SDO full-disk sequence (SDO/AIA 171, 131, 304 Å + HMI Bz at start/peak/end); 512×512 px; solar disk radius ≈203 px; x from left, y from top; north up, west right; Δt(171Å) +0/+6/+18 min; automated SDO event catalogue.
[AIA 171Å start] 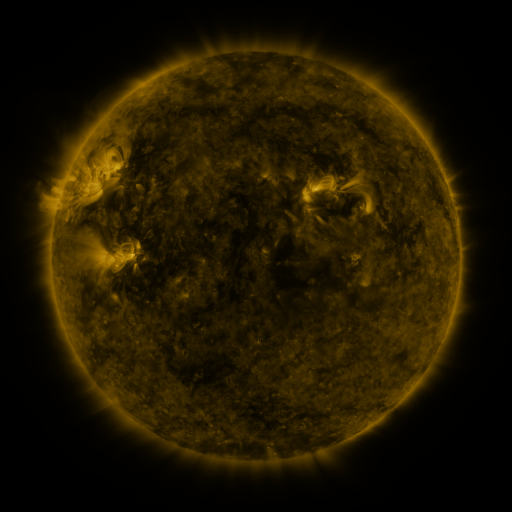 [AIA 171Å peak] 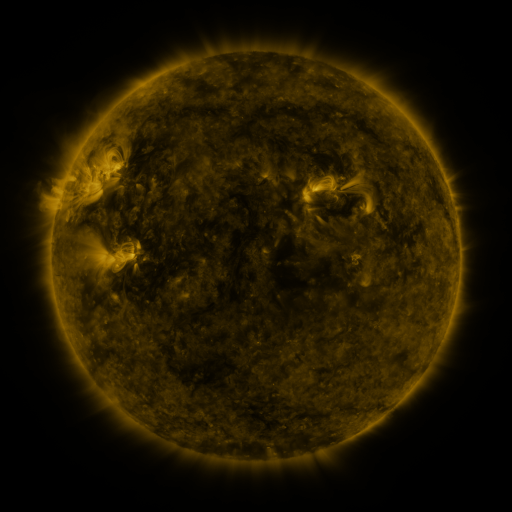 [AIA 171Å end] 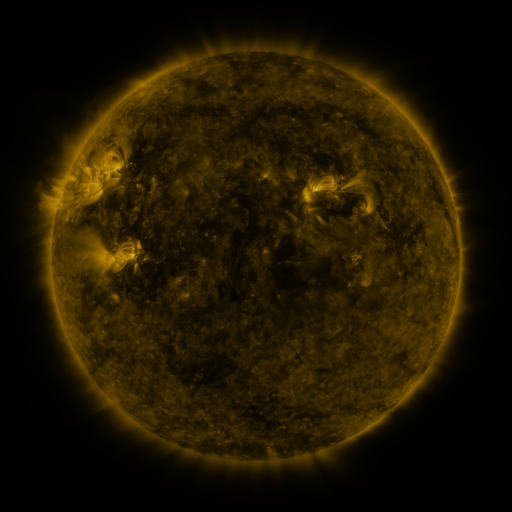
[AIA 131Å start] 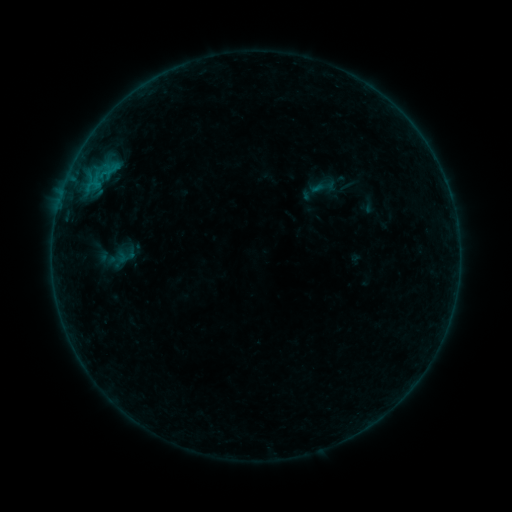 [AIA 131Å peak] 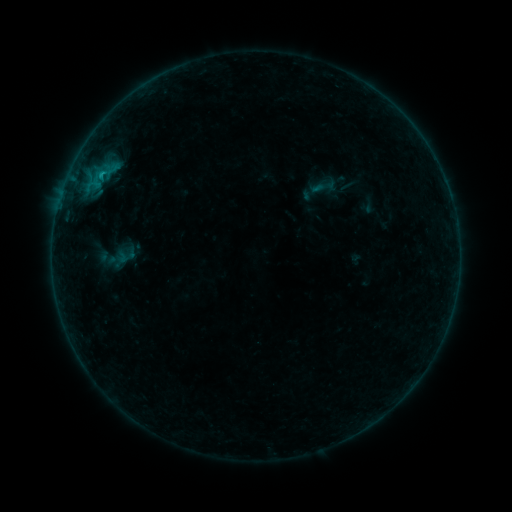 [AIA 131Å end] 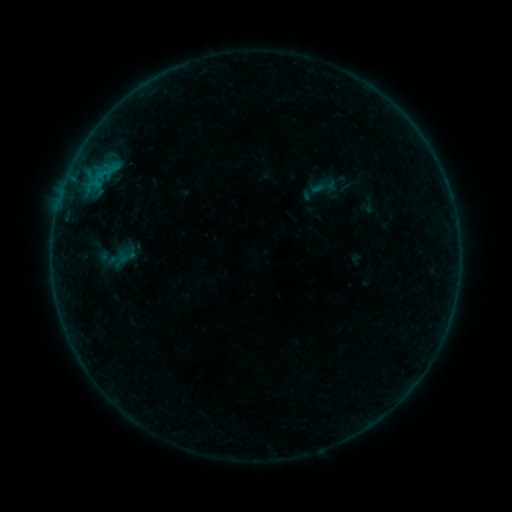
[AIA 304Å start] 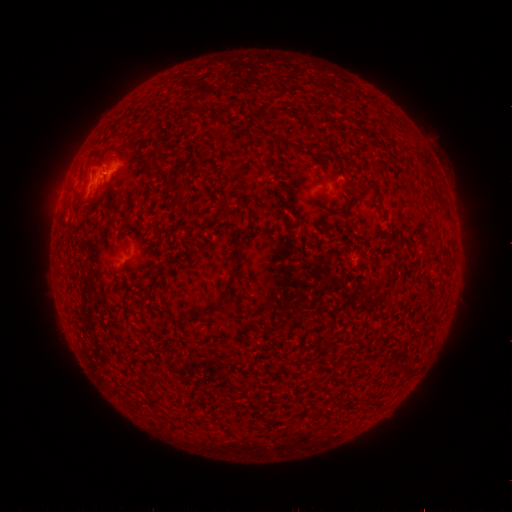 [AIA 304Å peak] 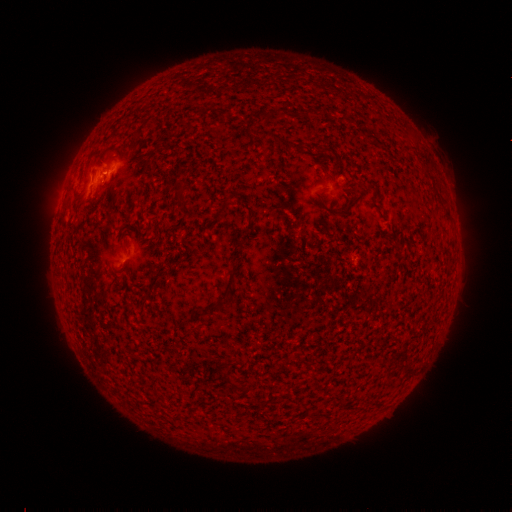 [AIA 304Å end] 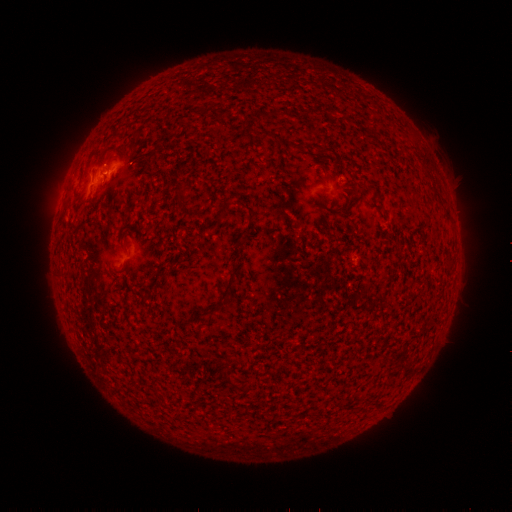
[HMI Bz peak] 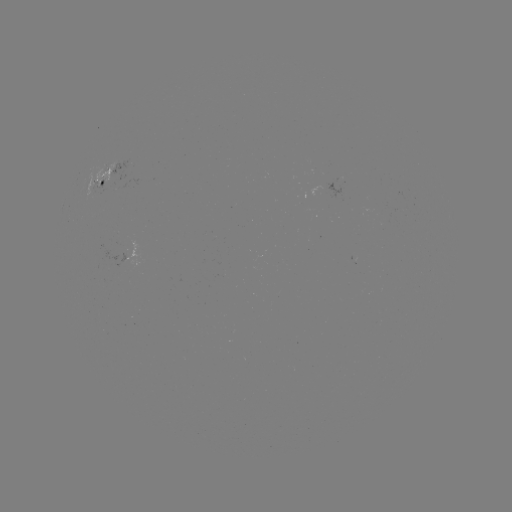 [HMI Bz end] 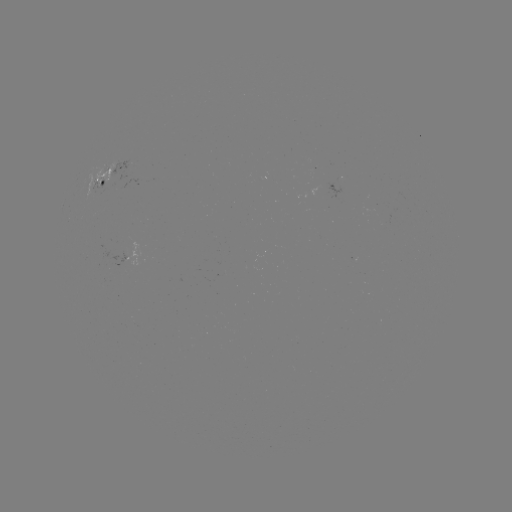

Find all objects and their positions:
B3.0 flare: (104, 175)
